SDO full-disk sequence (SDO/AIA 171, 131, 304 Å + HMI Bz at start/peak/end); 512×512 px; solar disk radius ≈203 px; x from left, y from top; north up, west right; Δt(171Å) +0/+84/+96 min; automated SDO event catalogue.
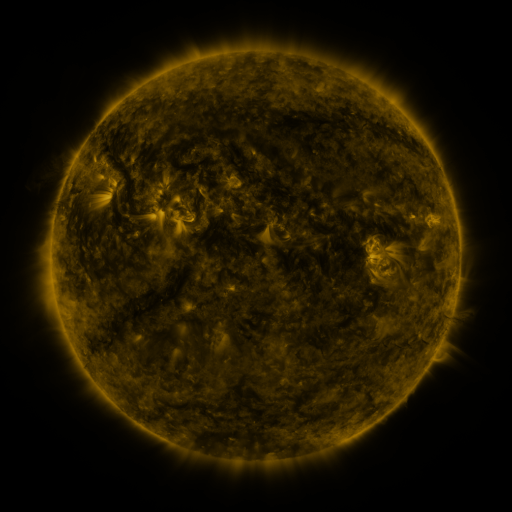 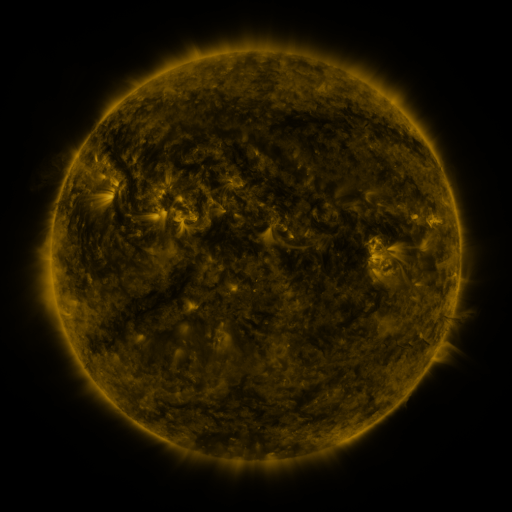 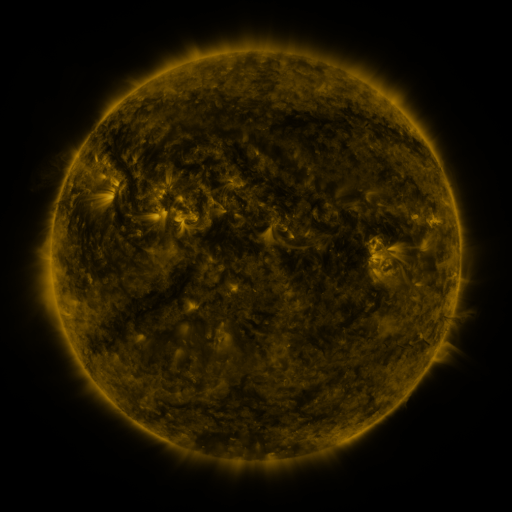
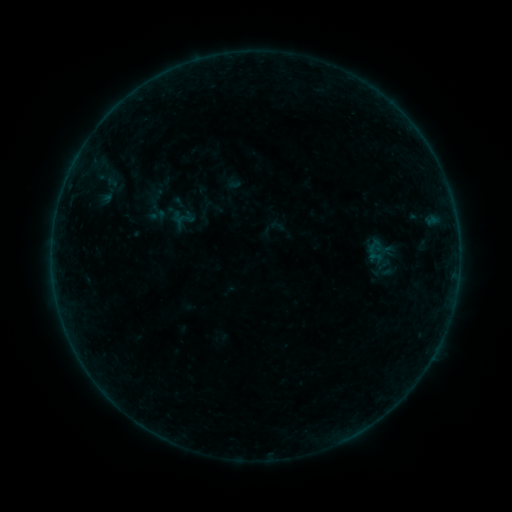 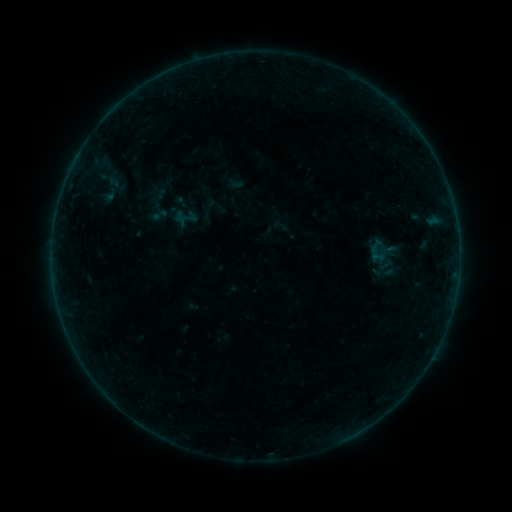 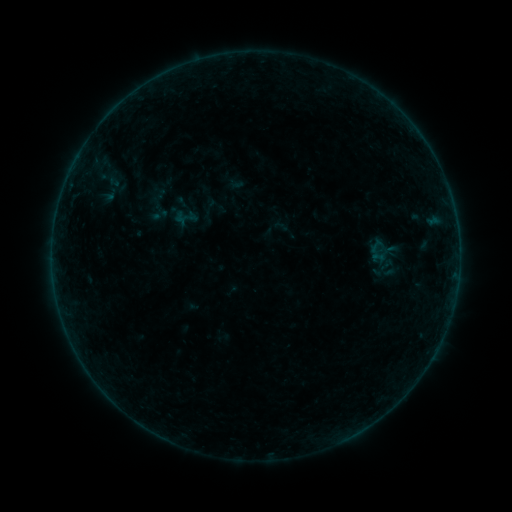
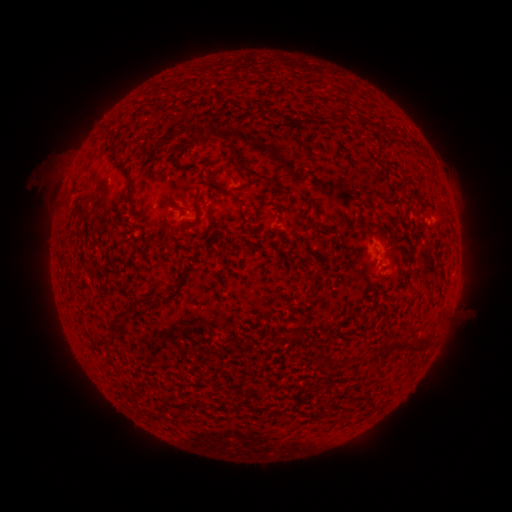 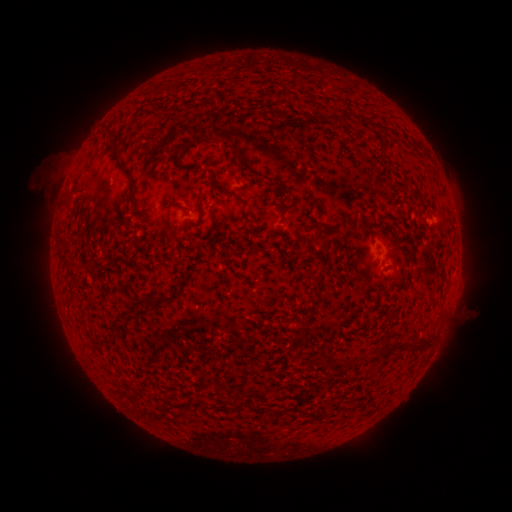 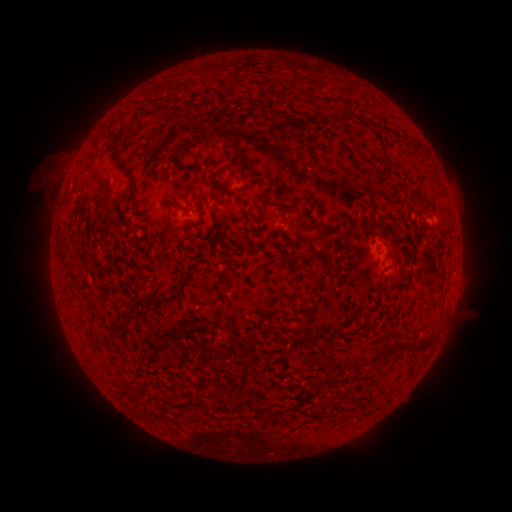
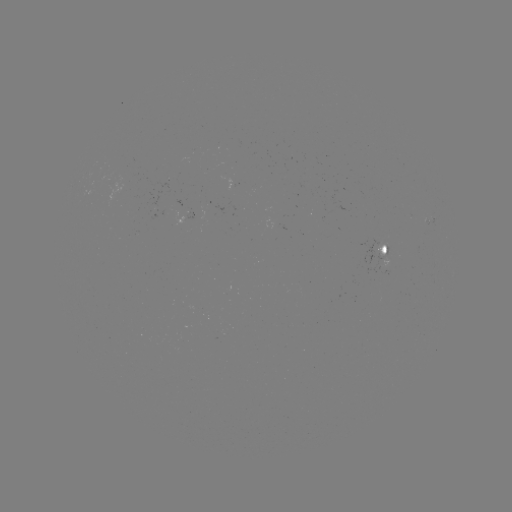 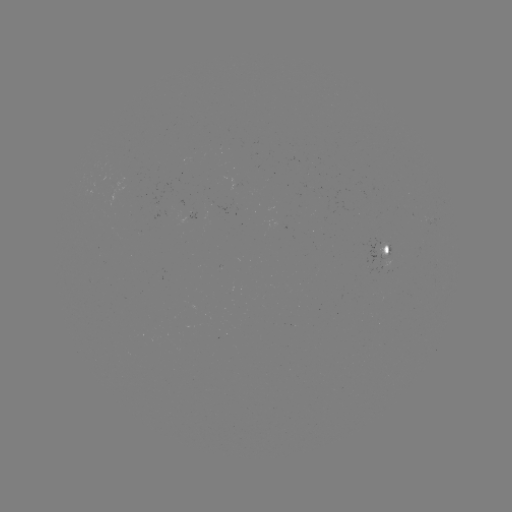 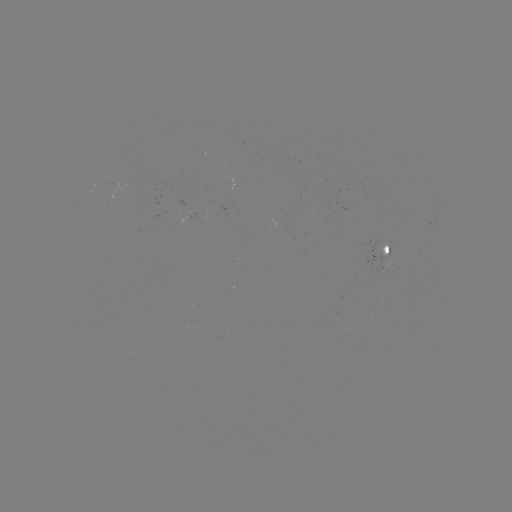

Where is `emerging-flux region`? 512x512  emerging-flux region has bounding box [152, 207, 173, 221].